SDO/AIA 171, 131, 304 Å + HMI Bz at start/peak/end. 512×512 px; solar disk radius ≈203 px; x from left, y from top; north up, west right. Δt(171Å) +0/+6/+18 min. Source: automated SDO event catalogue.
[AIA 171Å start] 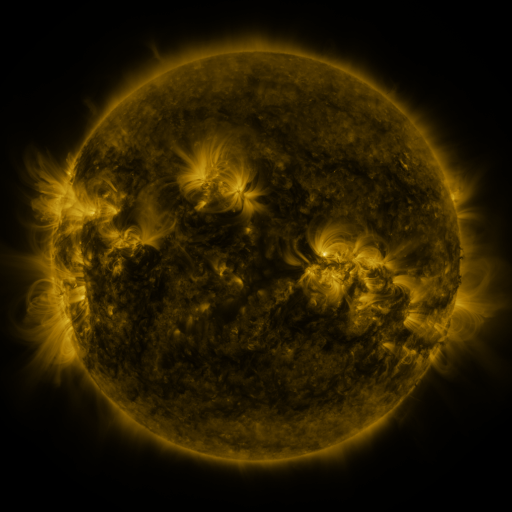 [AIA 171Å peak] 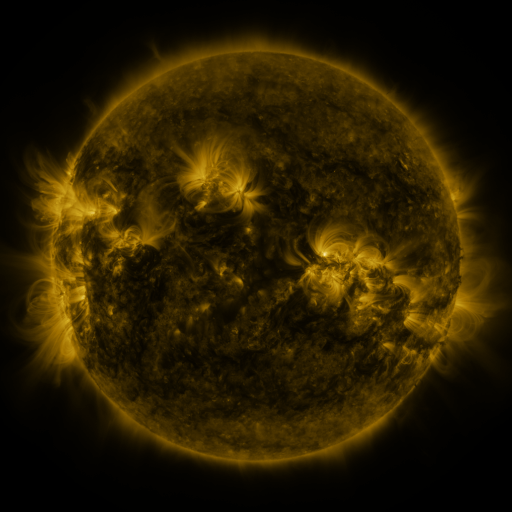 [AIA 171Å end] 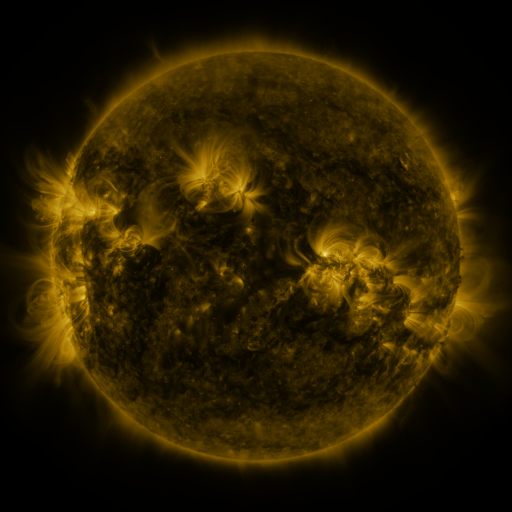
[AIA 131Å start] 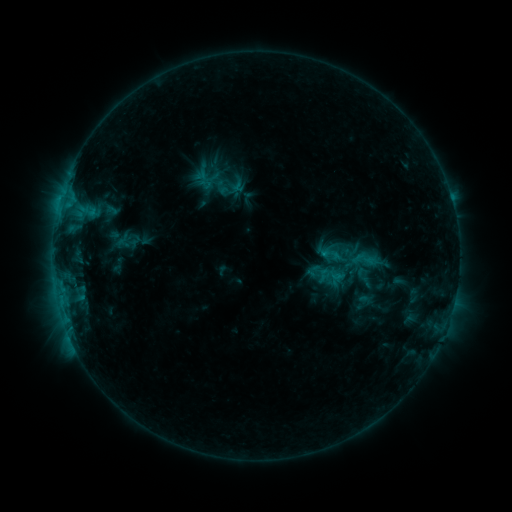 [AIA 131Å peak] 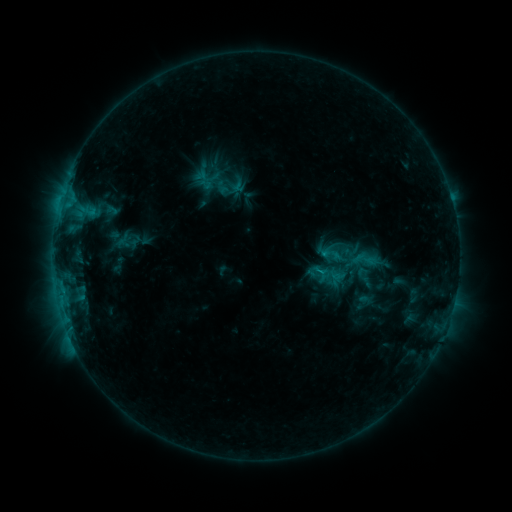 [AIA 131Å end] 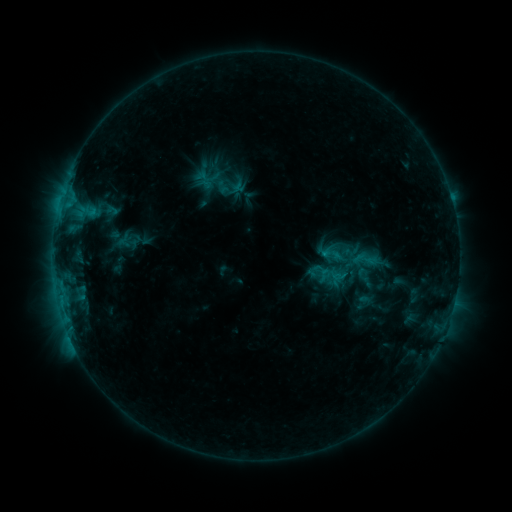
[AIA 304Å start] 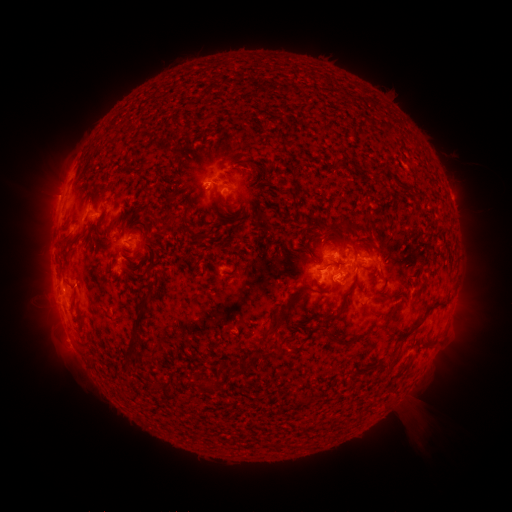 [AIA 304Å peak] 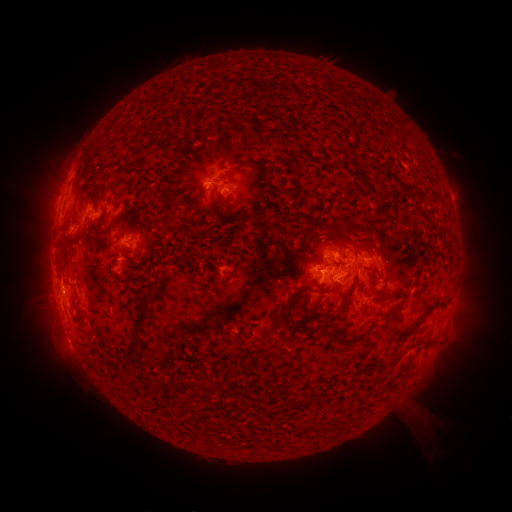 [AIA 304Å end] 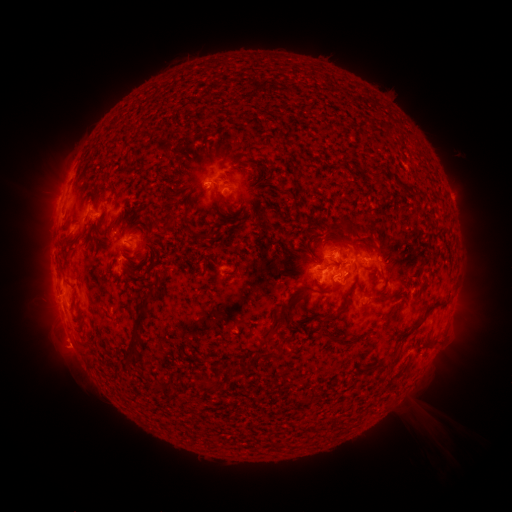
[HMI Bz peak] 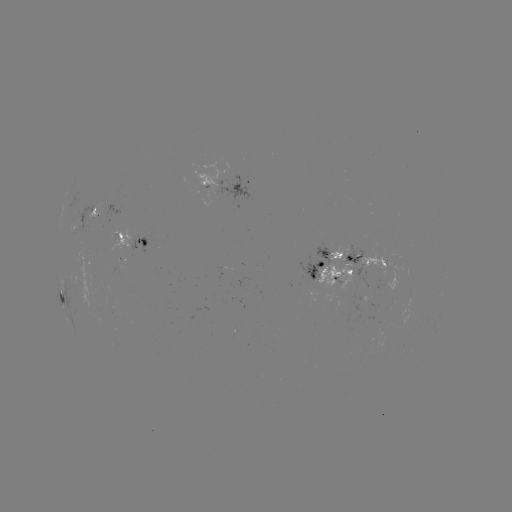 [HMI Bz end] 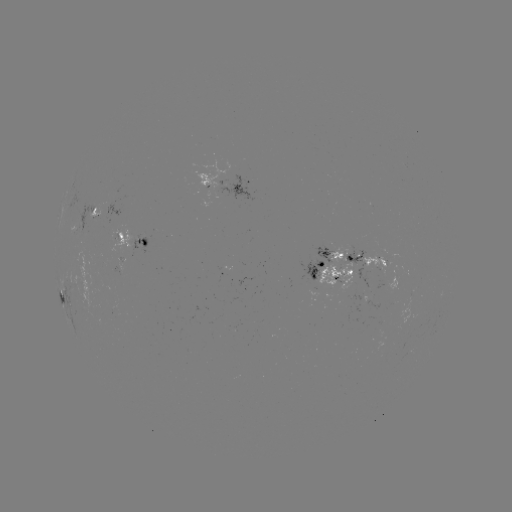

no classed flare was catalogued and no EUV brightening was flagged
